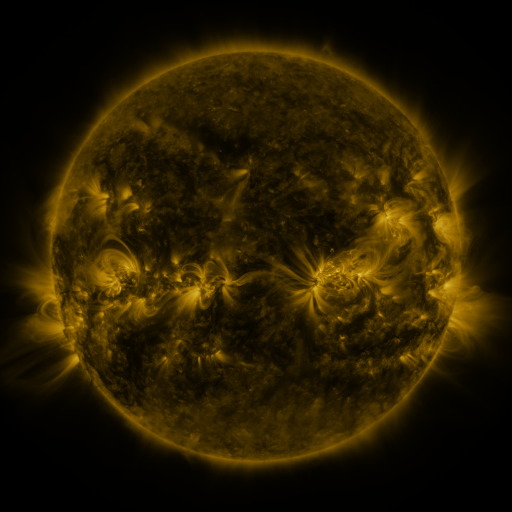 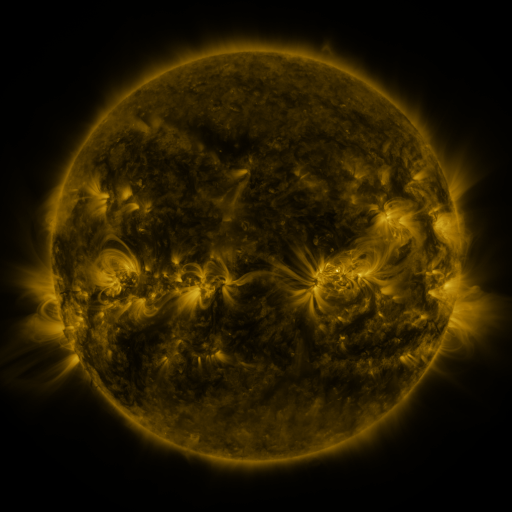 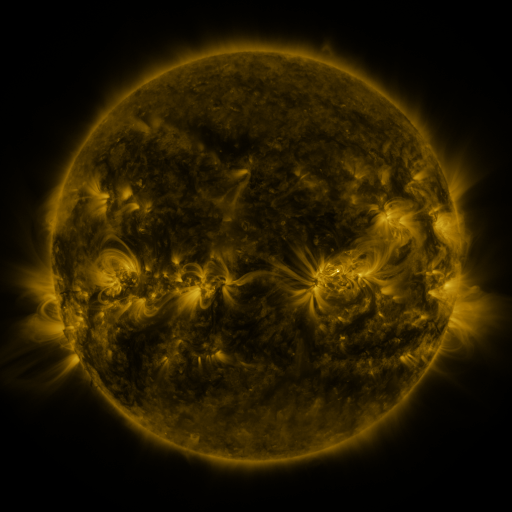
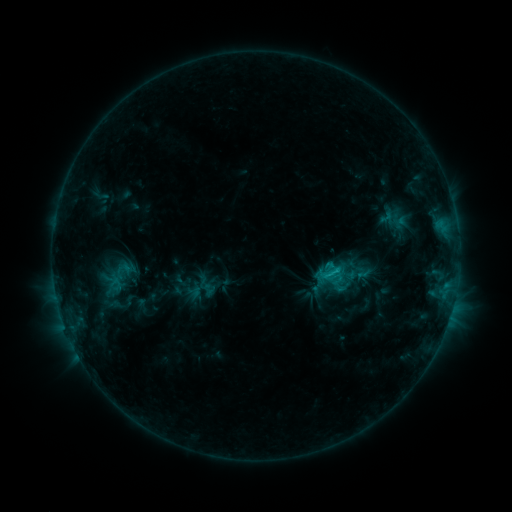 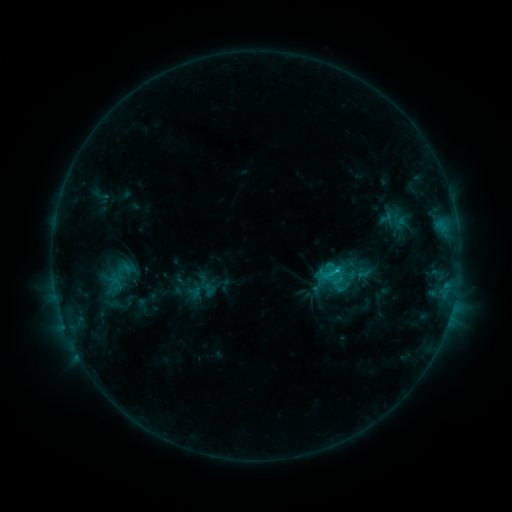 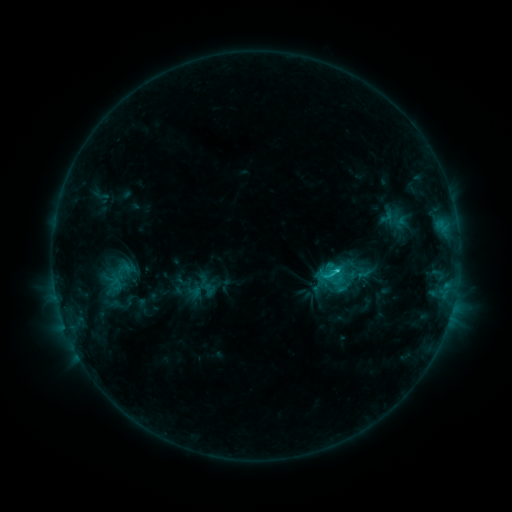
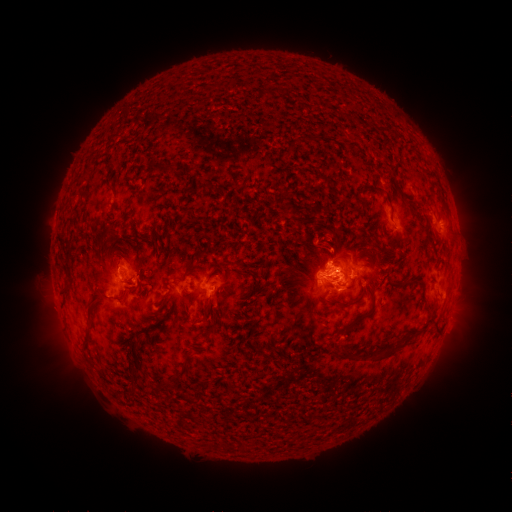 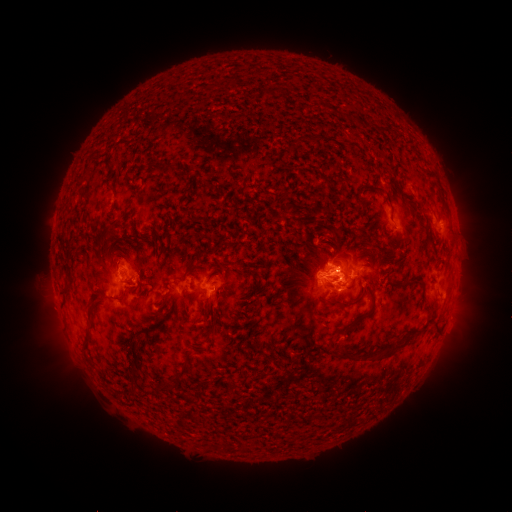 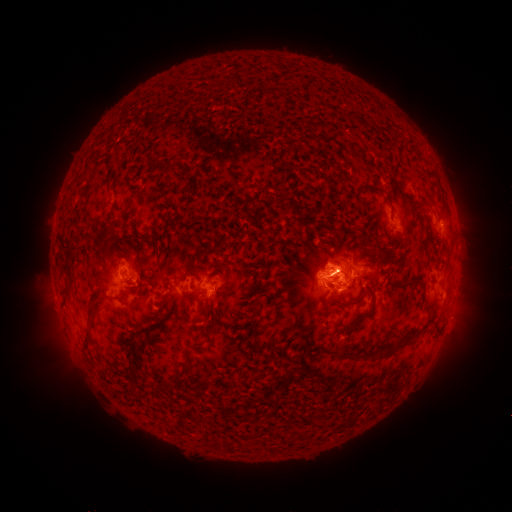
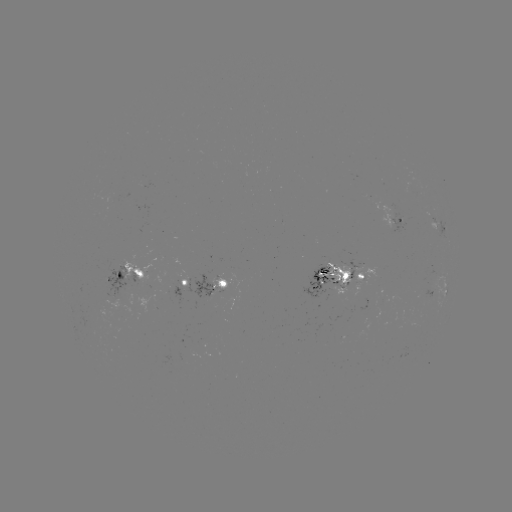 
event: eruption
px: (470, 272)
